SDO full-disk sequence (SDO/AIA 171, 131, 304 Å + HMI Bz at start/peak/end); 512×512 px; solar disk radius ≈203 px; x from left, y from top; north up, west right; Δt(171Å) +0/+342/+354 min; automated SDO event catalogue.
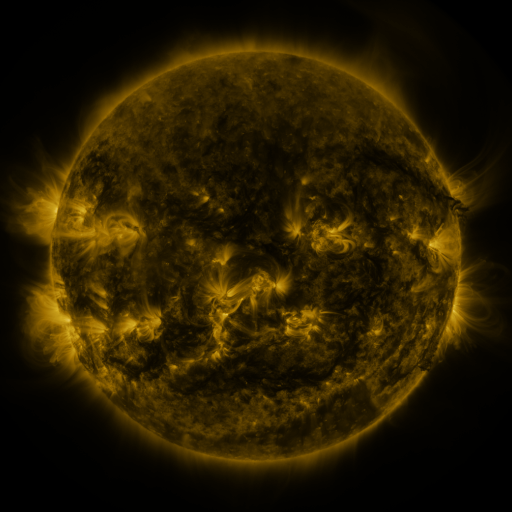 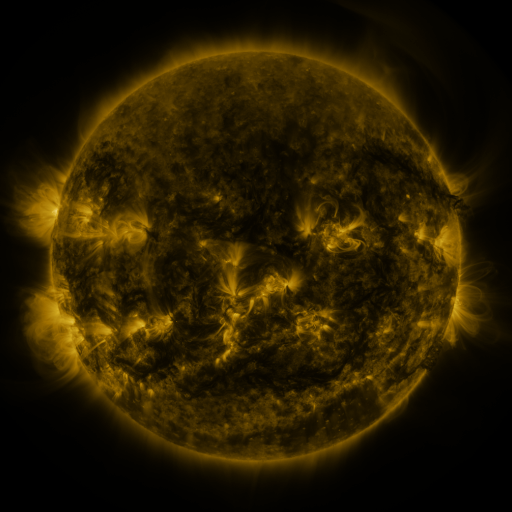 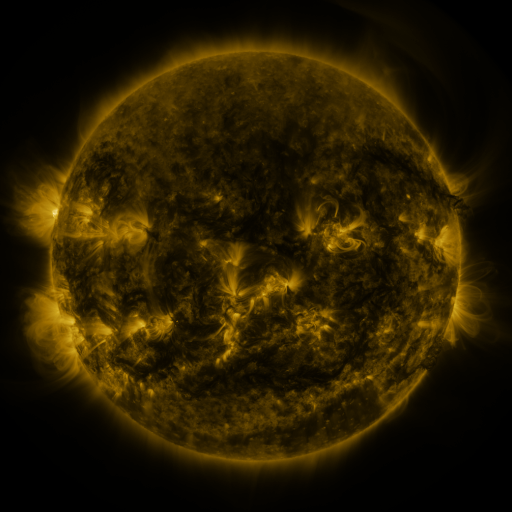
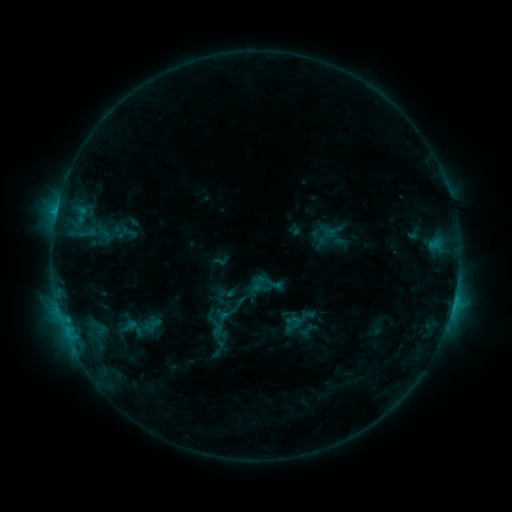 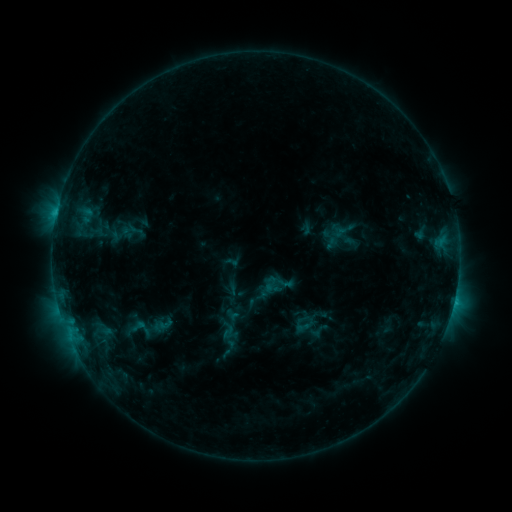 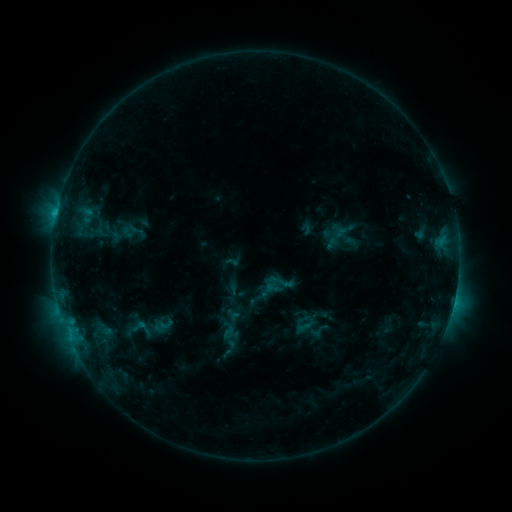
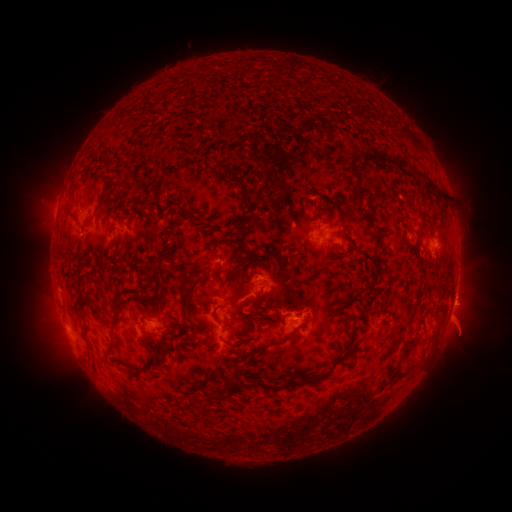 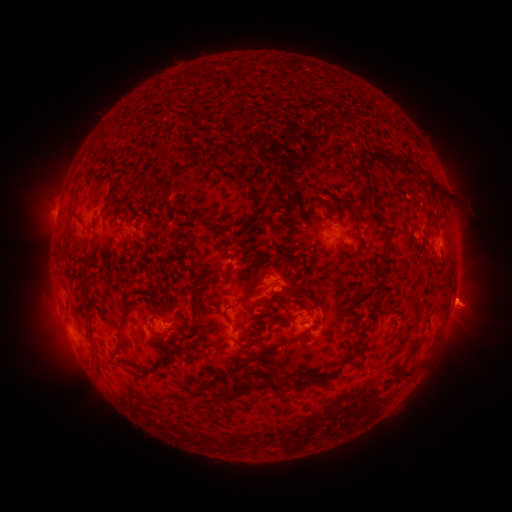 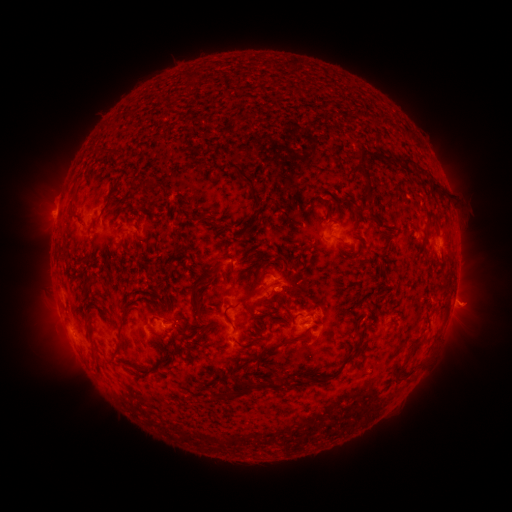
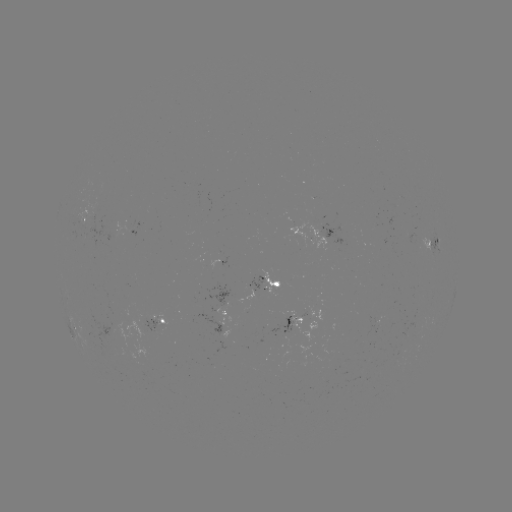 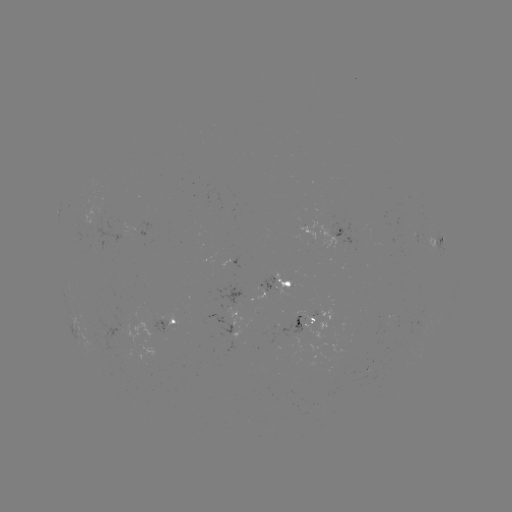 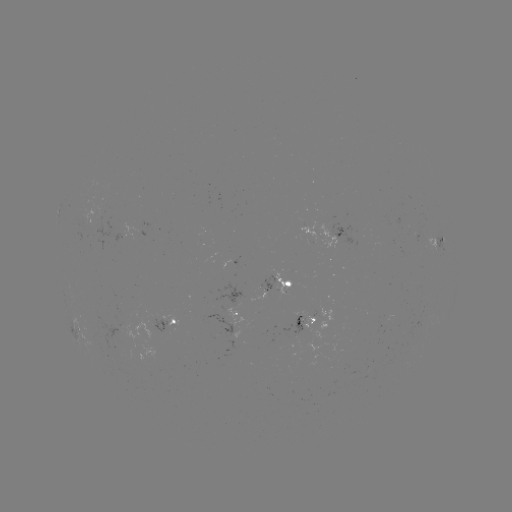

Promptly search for emerging-flux region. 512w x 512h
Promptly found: [159, 321].